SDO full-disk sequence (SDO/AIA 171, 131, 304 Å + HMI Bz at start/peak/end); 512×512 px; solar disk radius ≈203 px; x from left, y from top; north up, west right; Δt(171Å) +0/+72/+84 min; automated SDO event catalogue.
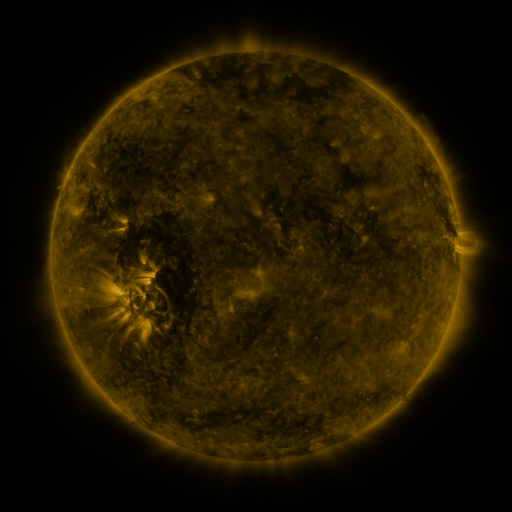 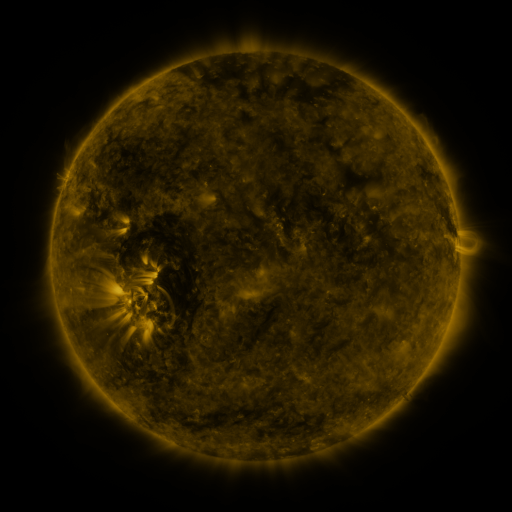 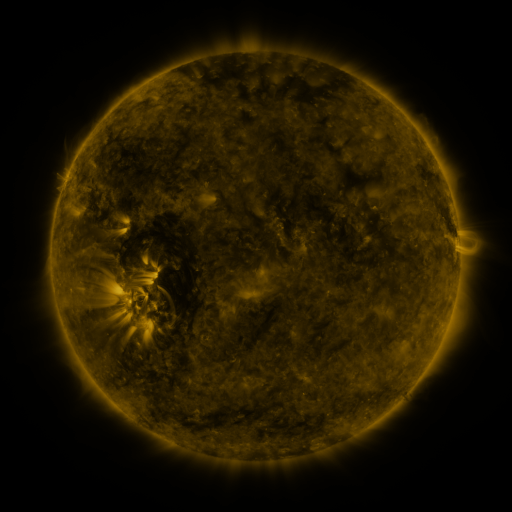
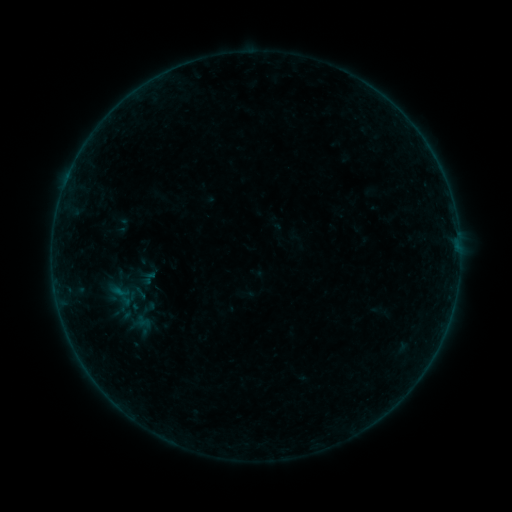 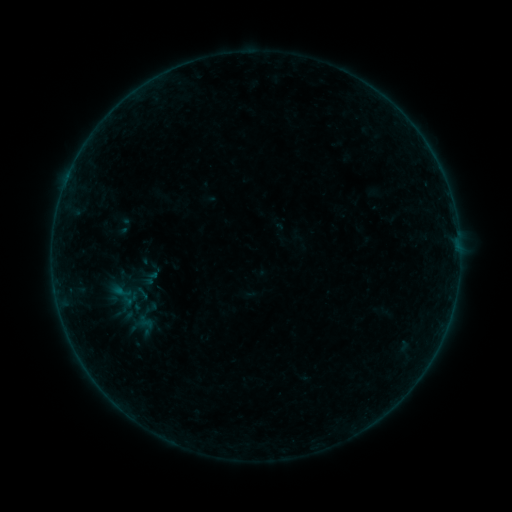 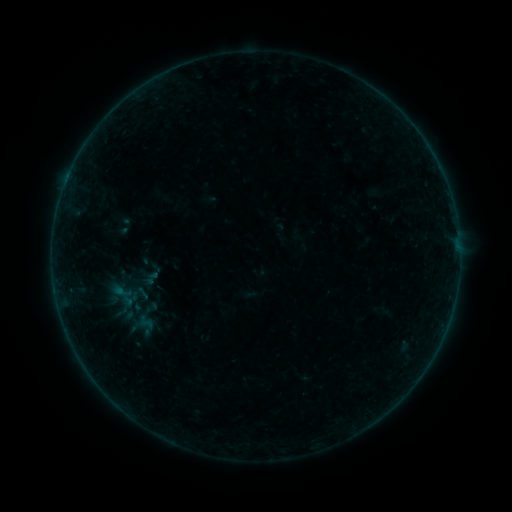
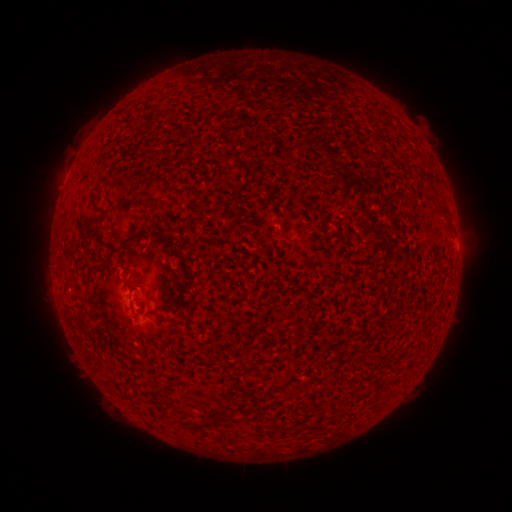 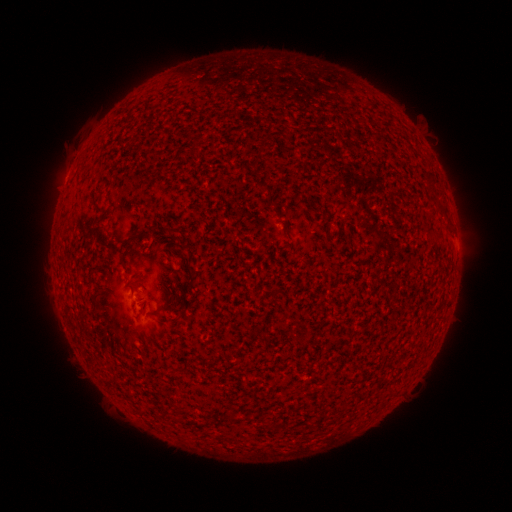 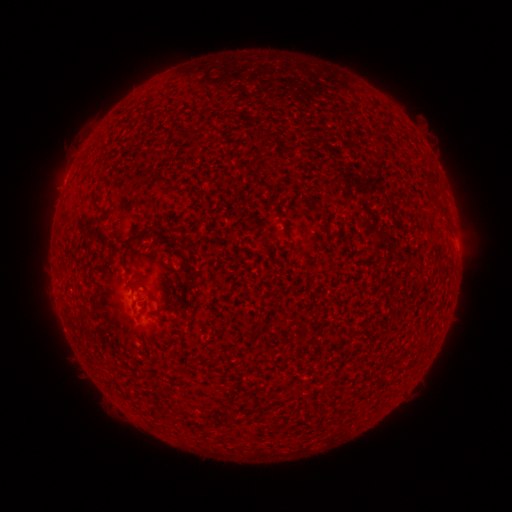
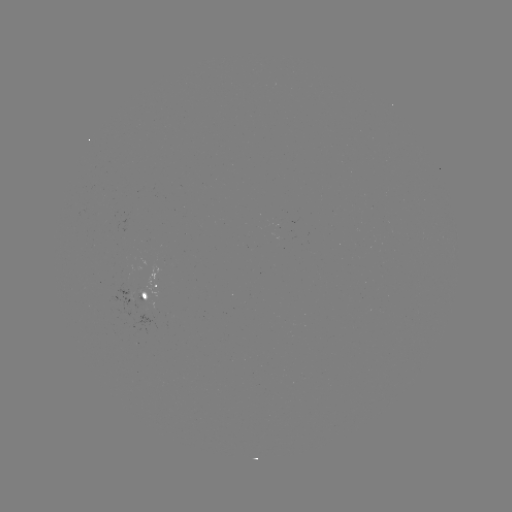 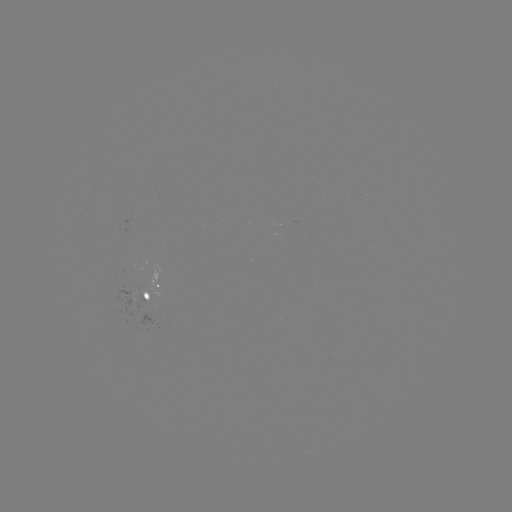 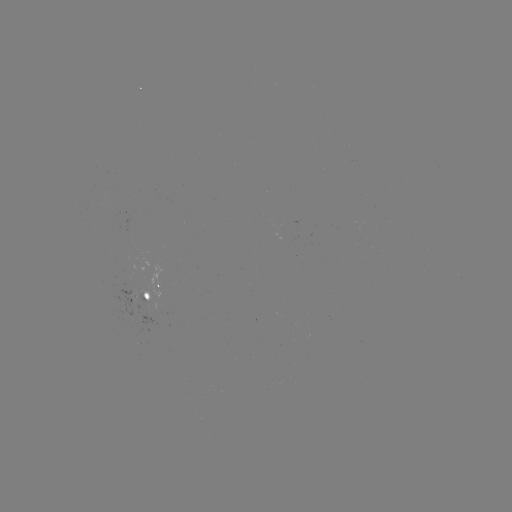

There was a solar emerging-flux region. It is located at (139, 297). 